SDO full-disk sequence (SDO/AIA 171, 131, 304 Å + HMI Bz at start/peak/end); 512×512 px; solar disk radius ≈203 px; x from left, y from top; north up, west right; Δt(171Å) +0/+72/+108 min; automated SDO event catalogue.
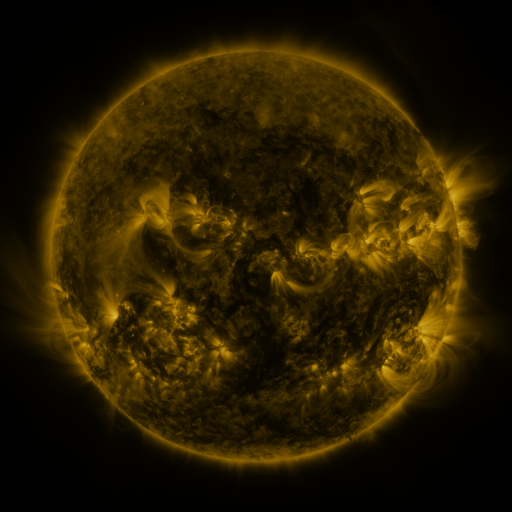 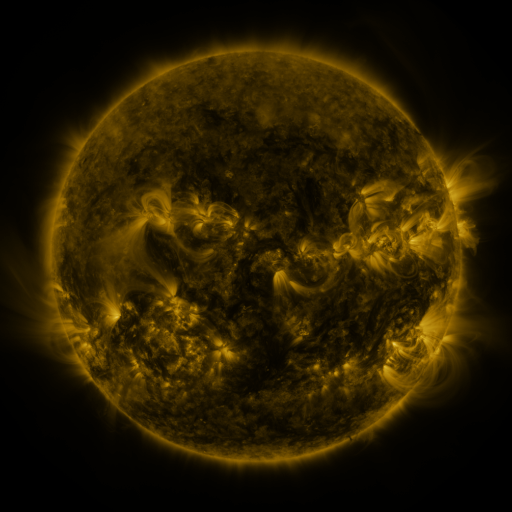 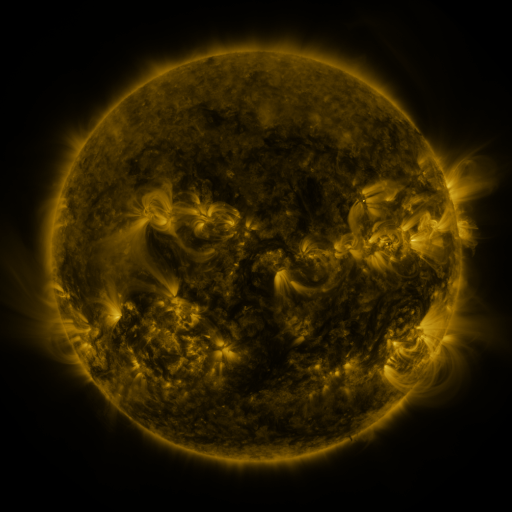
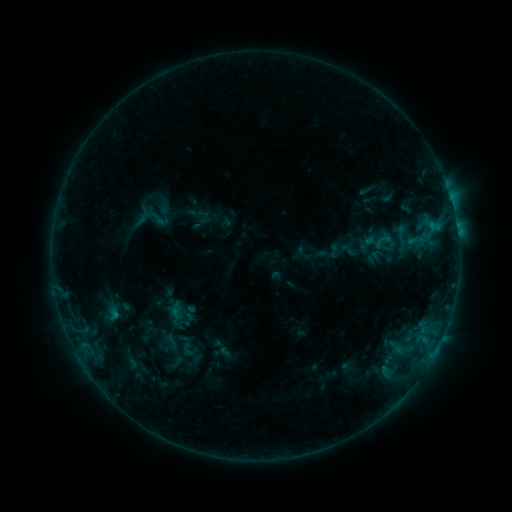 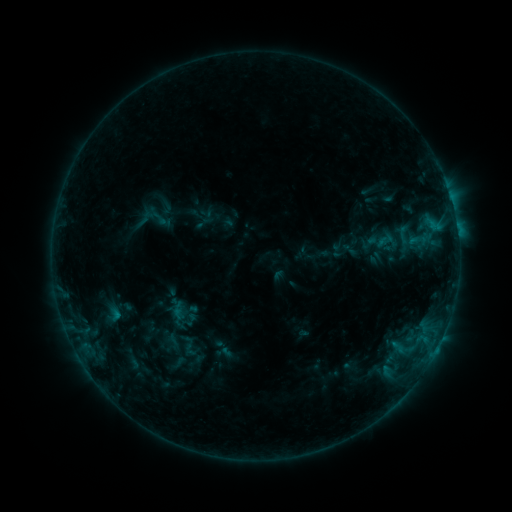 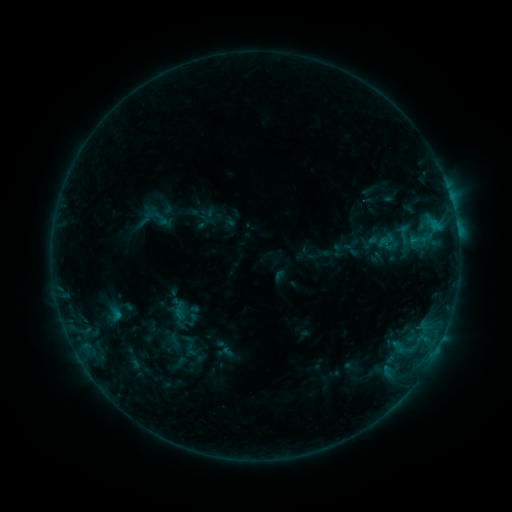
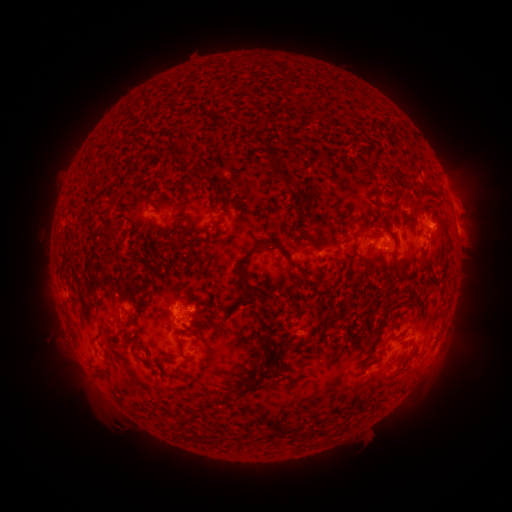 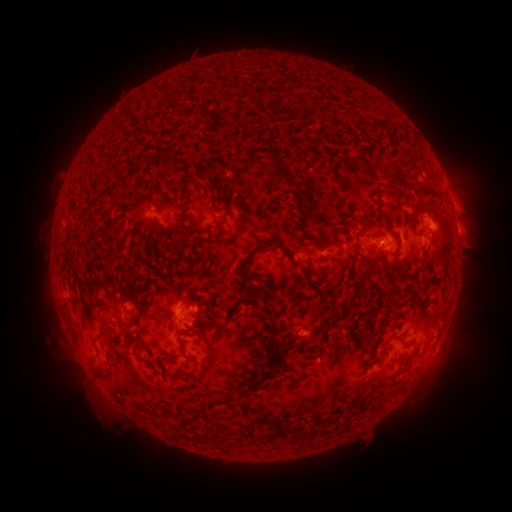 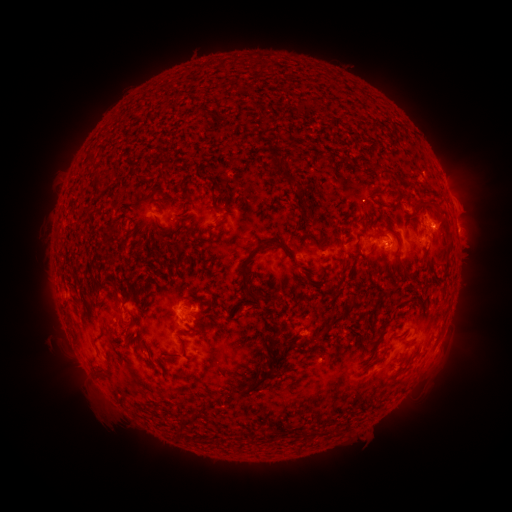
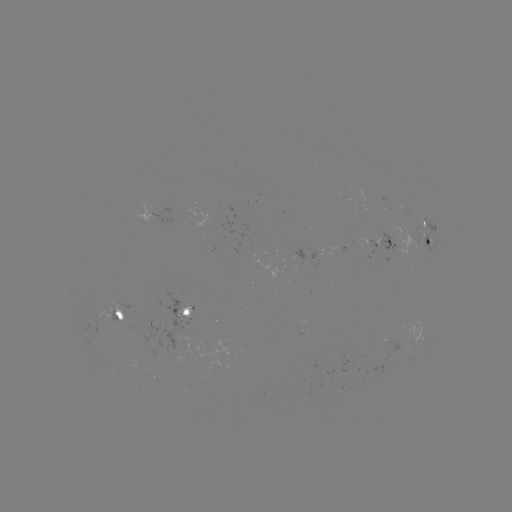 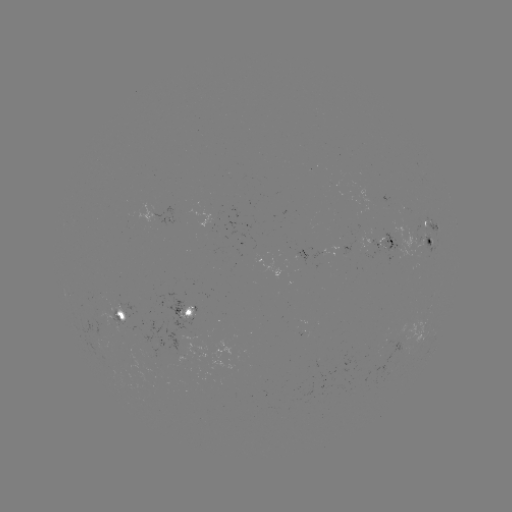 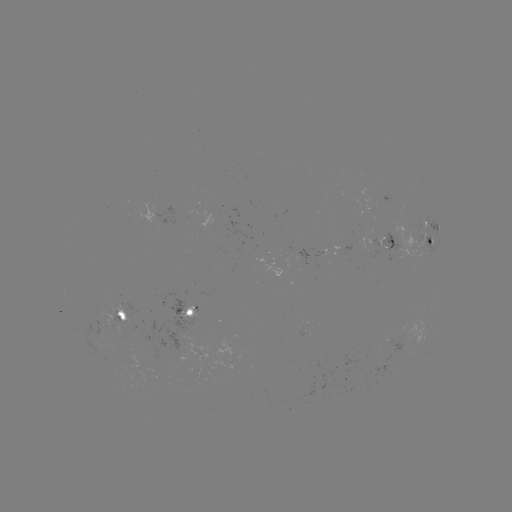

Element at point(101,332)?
emerging-flux region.